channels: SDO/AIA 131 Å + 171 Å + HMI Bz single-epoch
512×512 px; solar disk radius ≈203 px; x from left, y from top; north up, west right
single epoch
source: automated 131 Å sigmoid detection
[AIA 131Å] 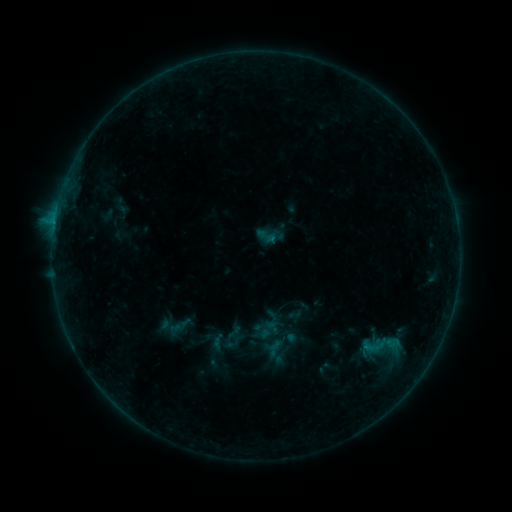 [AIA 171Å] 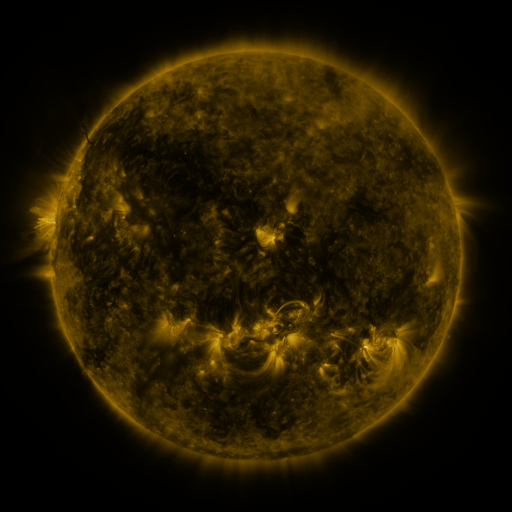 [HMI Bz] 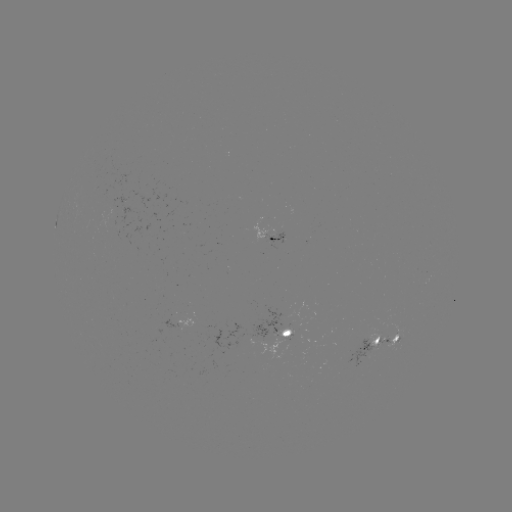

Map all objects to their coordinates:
sigmoid: (254, 221, 286, 251)
sigmoid: (361, 325, 400, 364)
